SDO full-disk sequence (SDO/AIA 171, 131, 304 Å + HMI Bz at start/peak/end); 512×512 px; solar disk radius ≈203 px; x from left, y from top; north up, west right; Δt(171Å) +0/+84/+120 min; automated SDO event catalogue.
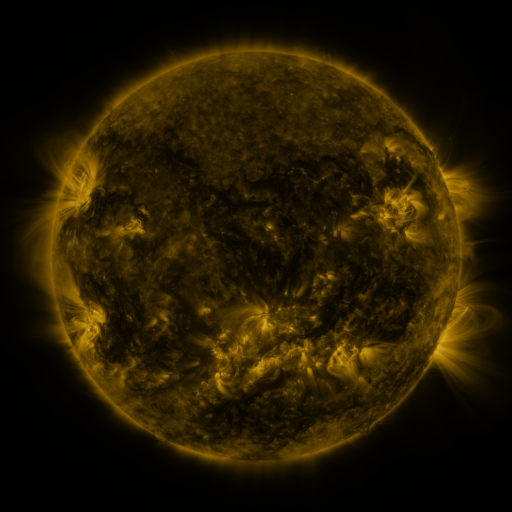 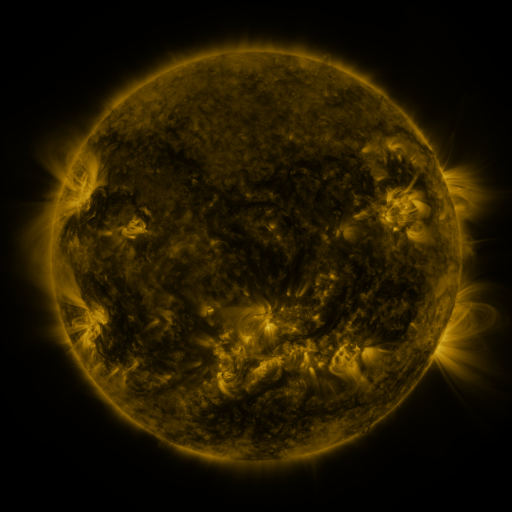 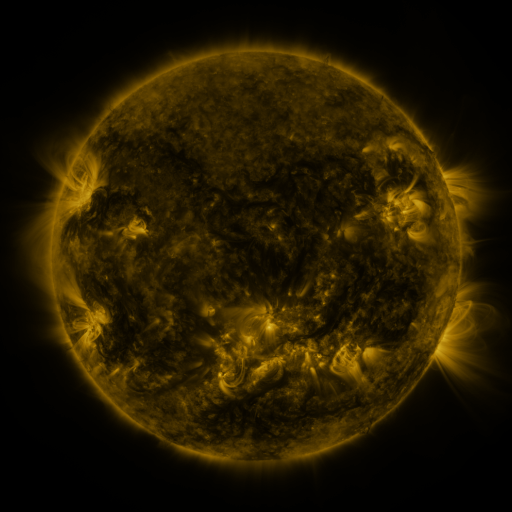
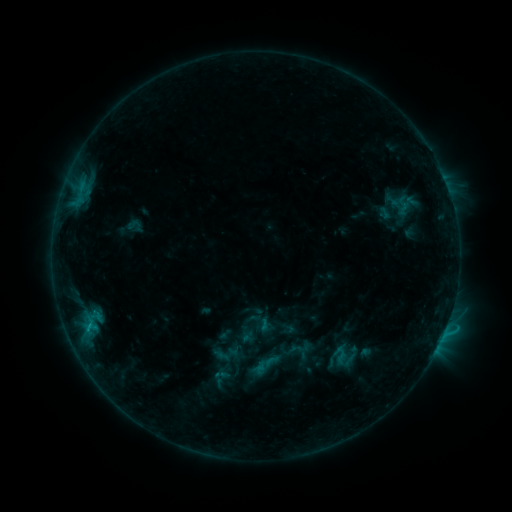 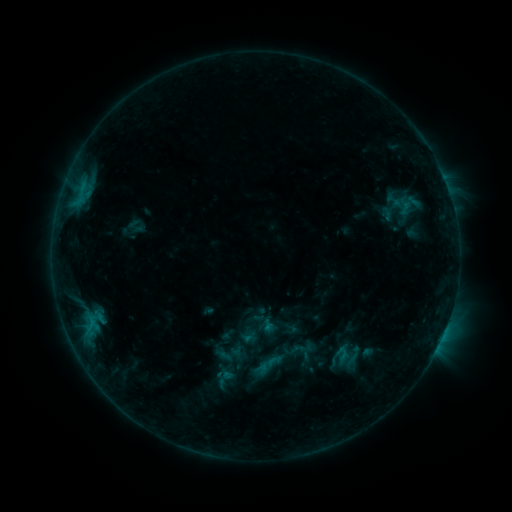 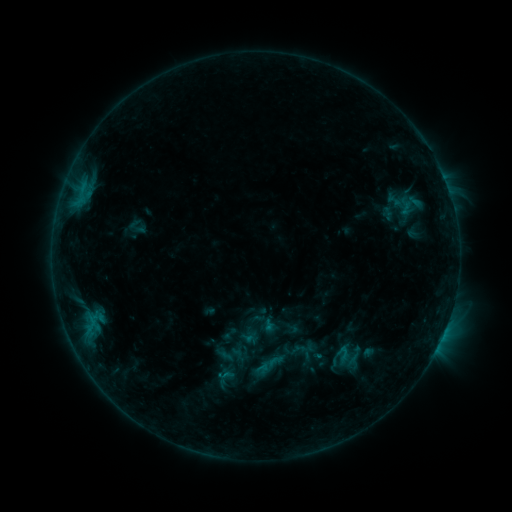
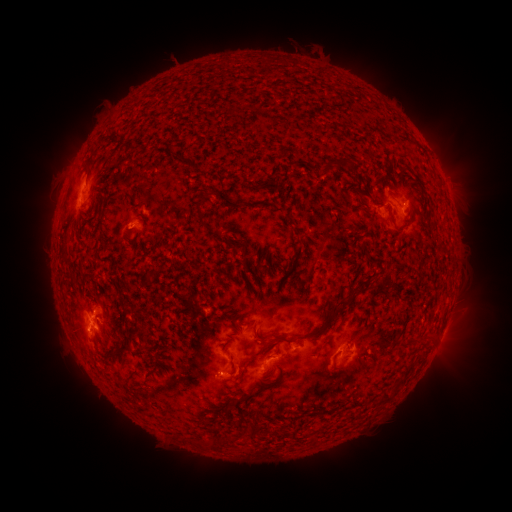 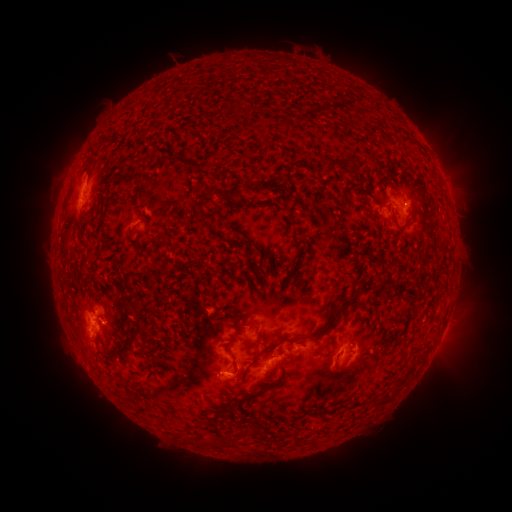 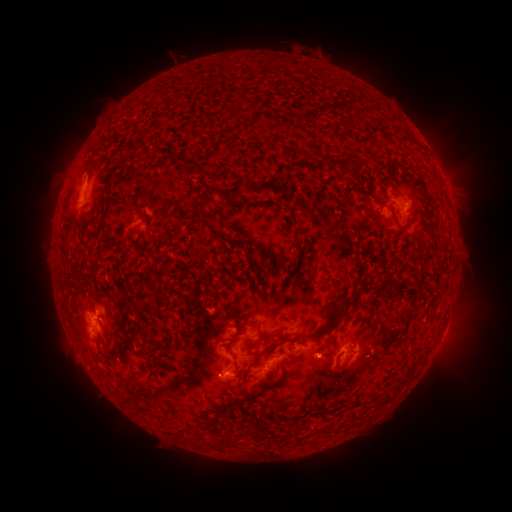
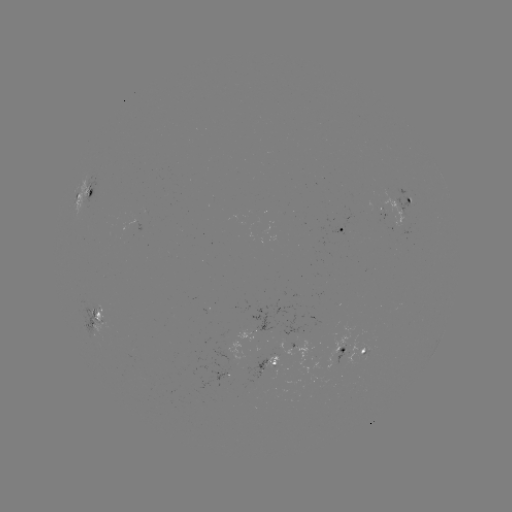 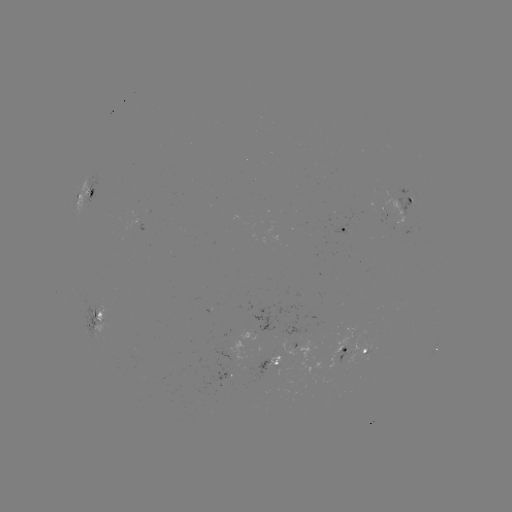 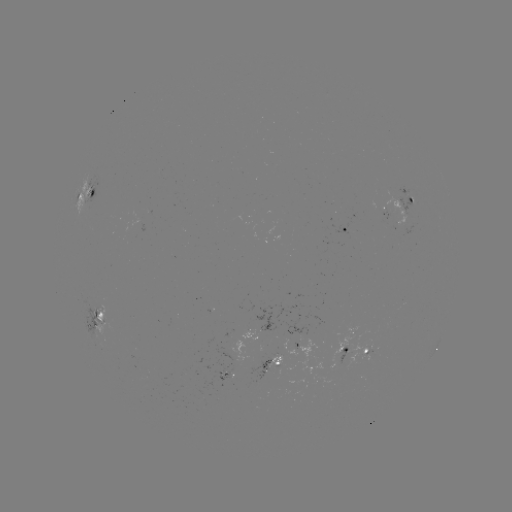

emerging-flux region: [272, 301, 309, 336]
